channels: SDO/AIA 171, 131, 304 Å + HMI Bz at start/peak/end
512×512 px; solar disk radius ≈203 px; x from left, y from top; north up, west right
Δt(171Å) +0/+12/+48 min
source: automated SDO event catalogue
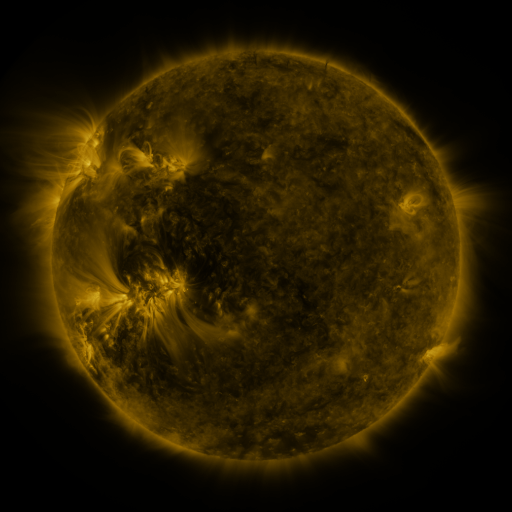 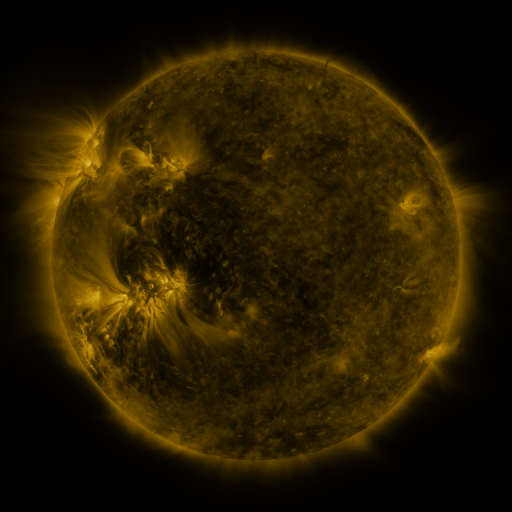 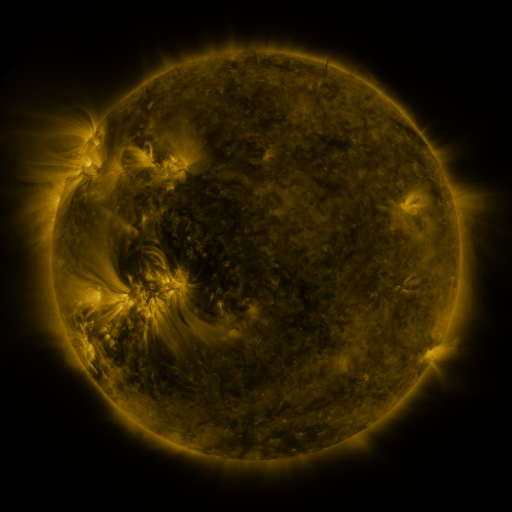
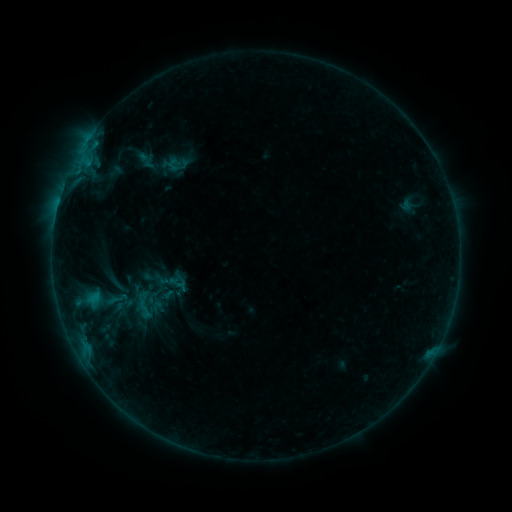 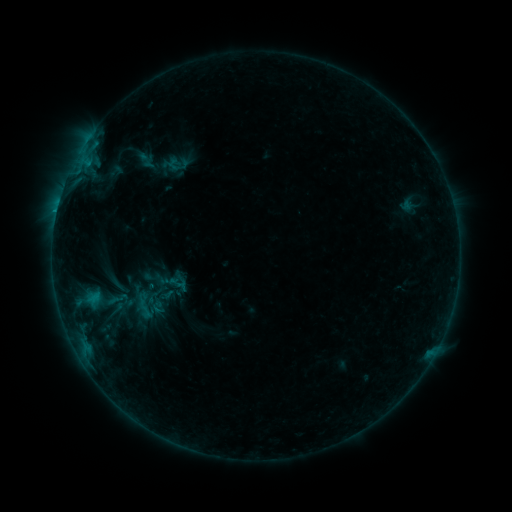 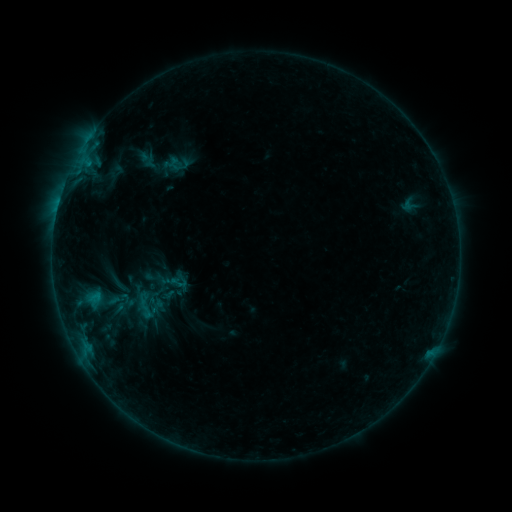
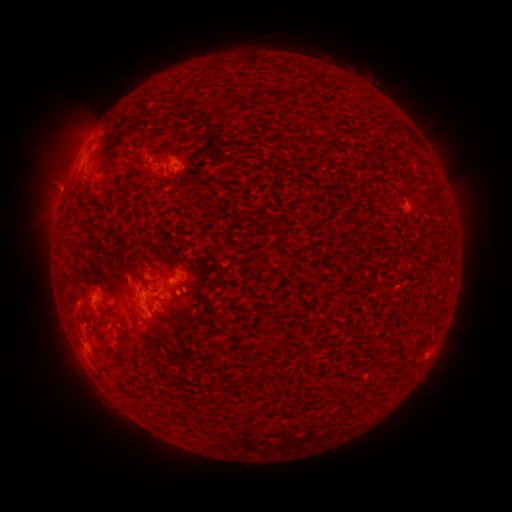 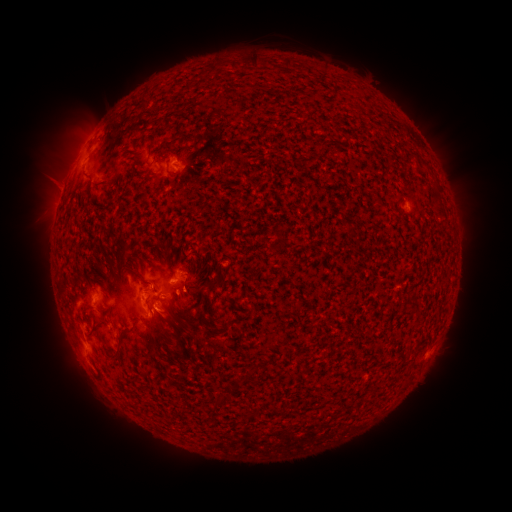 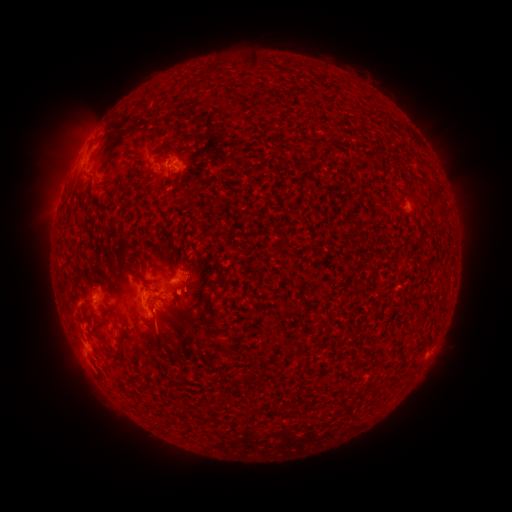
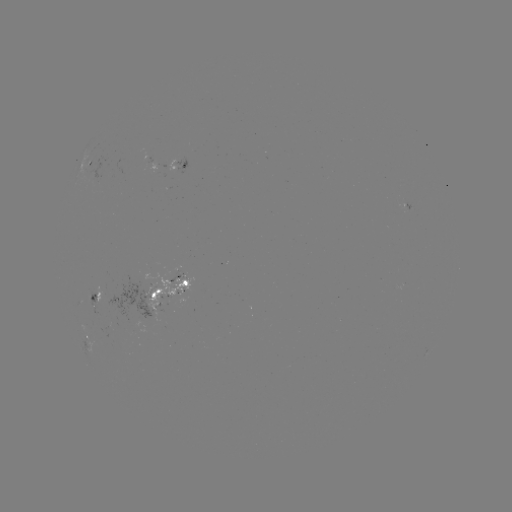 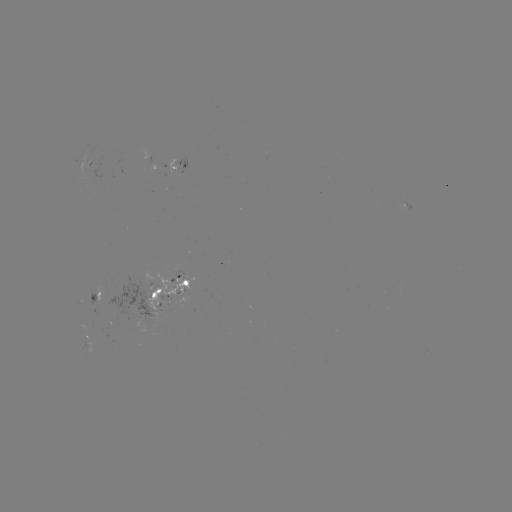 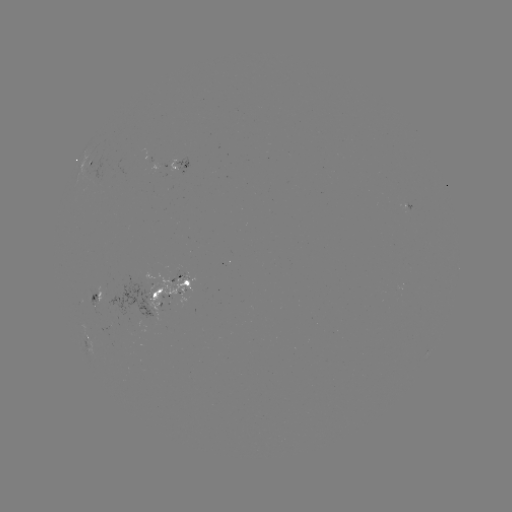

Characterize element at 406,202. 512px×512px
emerging-flux region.